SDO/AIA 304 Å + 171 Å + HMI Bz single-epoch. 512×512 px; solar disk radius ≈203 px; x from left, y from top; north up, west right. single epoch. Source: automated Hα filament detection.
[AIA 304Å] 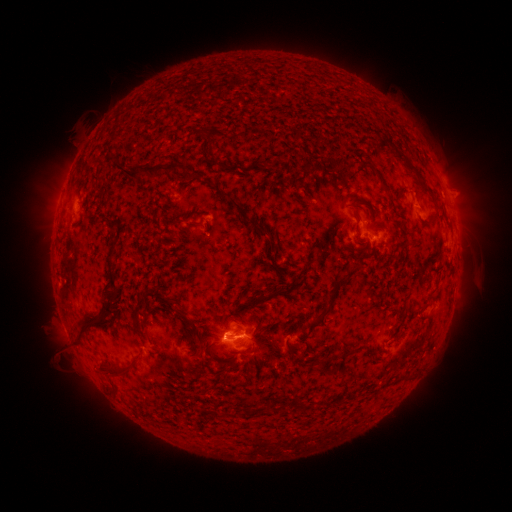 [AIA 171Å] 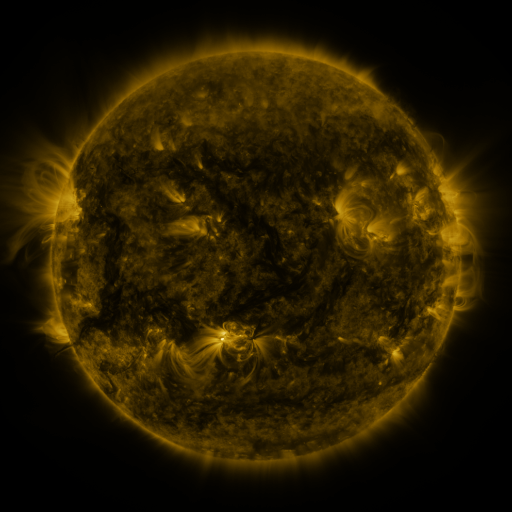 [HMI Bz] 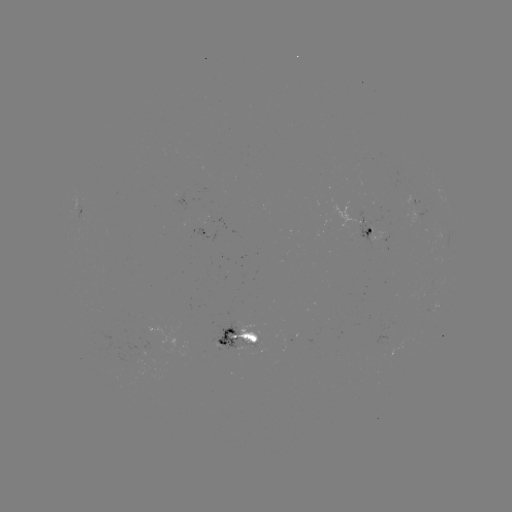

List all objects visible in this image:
filament: (201, 133)
filament: (307, 152)
filament: (399, 153)
filament: (254, 167)
filament: (413, 168)
filament: (230, 169)
filament: (146, 173)
filament: (86, 175)
filament: (380, 180)
filament: (96, 182)
filament: (434, 201)
filament: (244, 214)
filament: (355, 214)
filament: (113, 224)
filament: (262, 227)
filament: (357, 237)
filament: (304, 256)
filament: (333, 291)
filament: (115, 293)
filament: (244, 309)
filament: (137, 316)
filament: (183, 317)
filament: (312, 323)
filament: (84, 332)
filament: (213, 349)
filament: (292, 351)
filament: (335, 357)
filament: (119, 373)
filament: (270, 407)
